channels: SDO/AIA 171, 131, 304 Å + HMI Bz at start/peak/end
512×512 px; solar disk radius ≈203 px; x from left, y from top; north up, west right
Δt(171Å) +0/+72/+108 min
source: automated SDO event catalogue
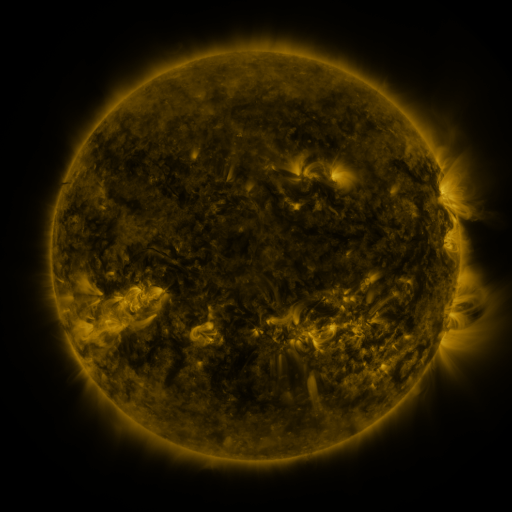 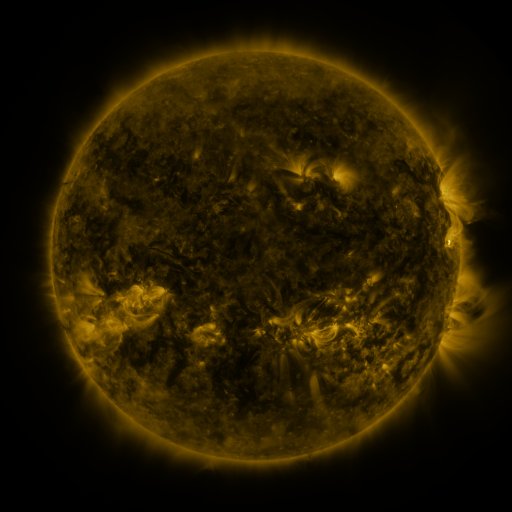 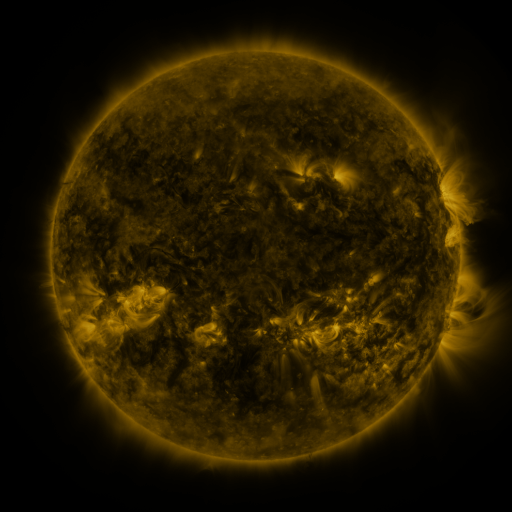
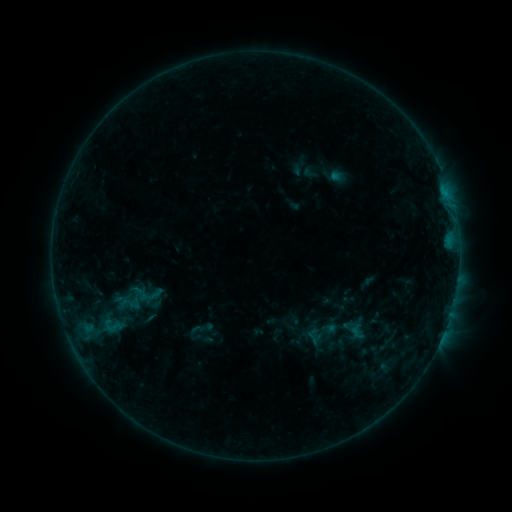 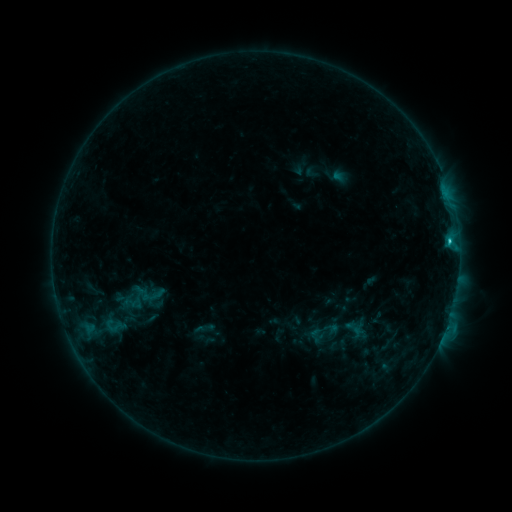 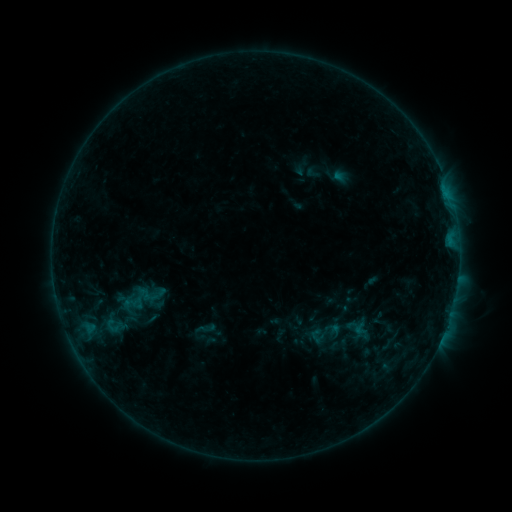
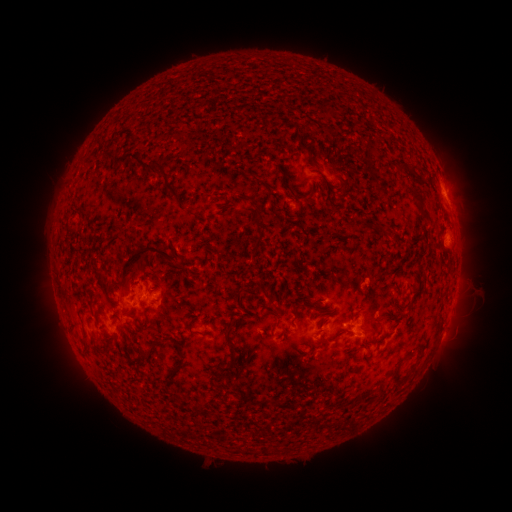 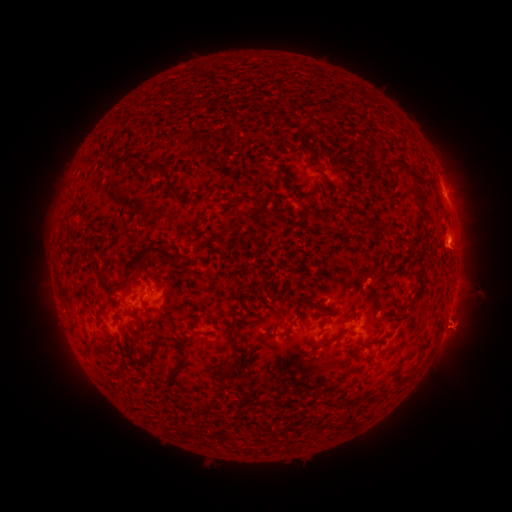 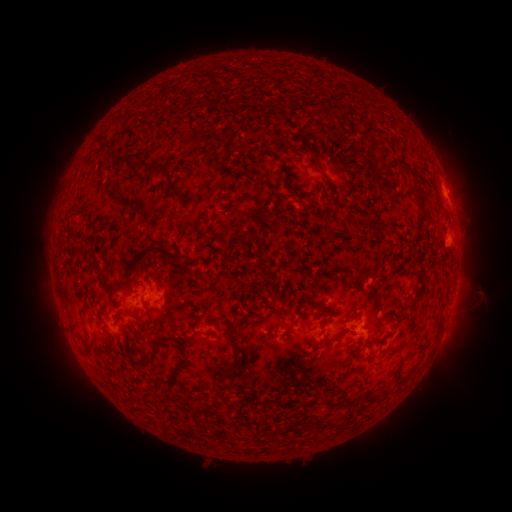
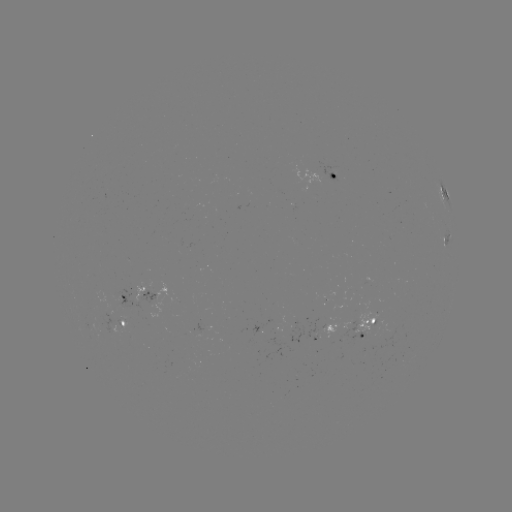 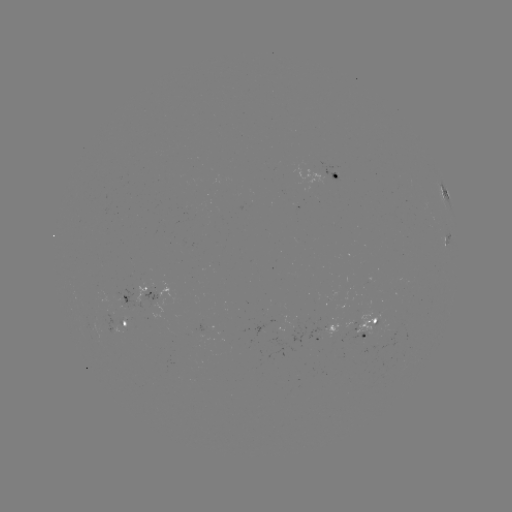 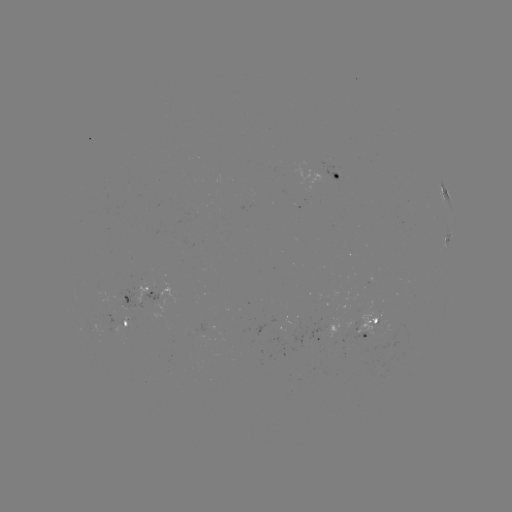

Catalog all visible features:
emerging-flux region: (273, 322)
